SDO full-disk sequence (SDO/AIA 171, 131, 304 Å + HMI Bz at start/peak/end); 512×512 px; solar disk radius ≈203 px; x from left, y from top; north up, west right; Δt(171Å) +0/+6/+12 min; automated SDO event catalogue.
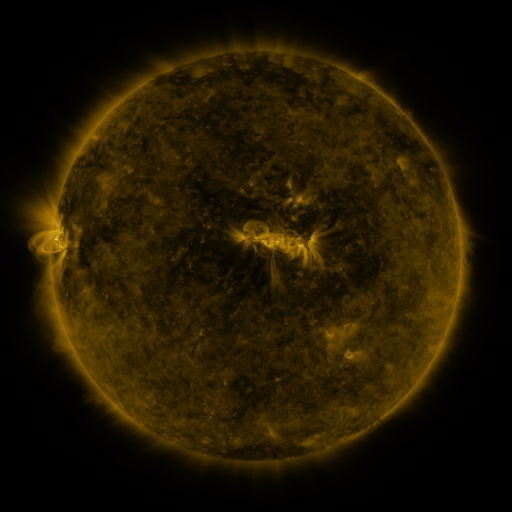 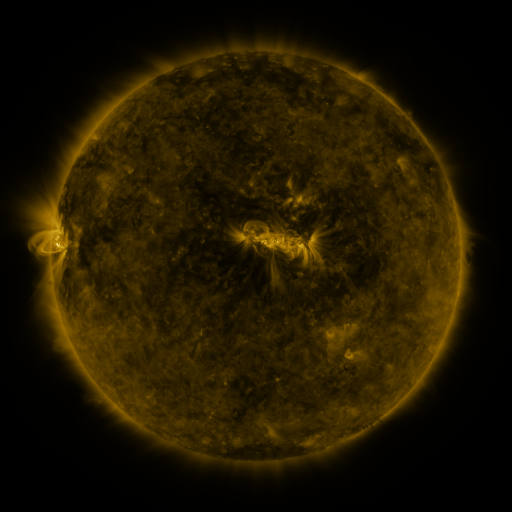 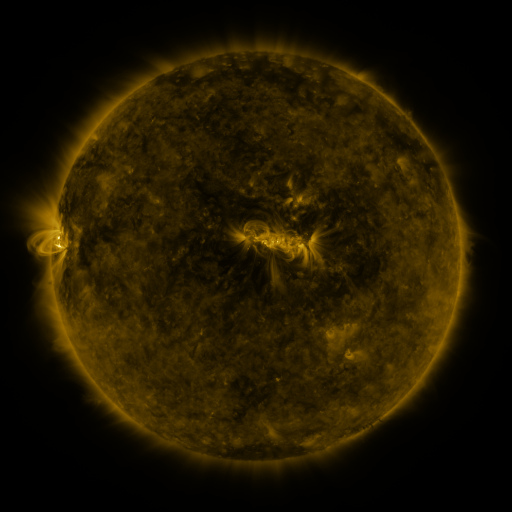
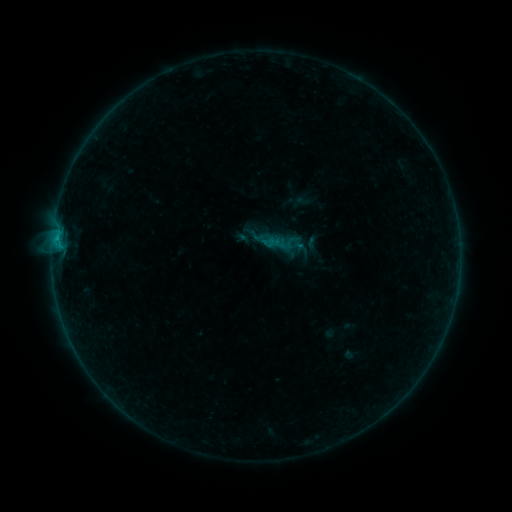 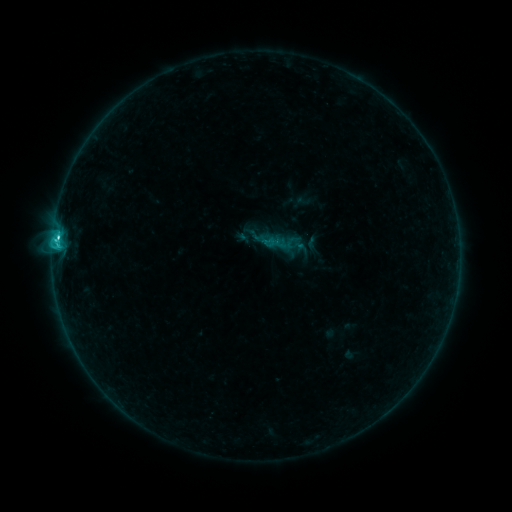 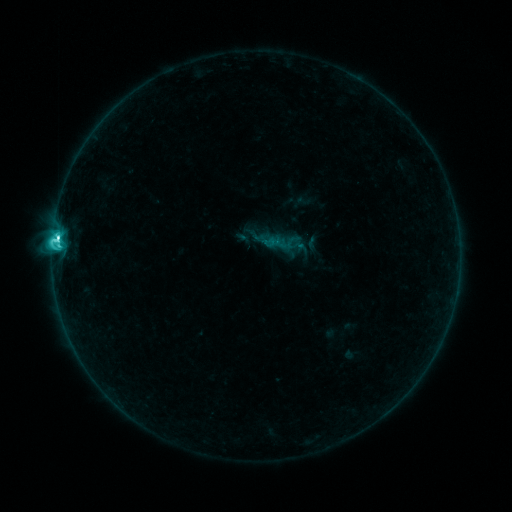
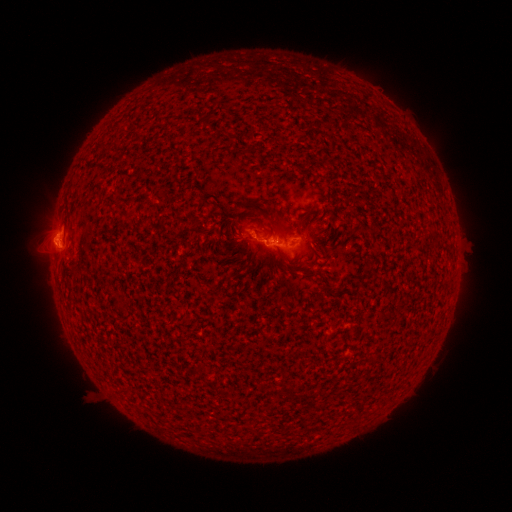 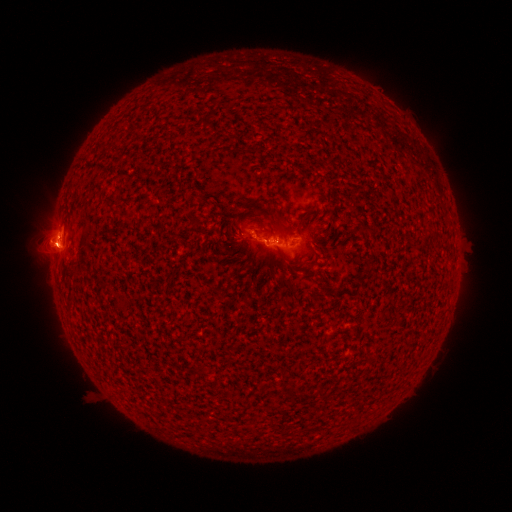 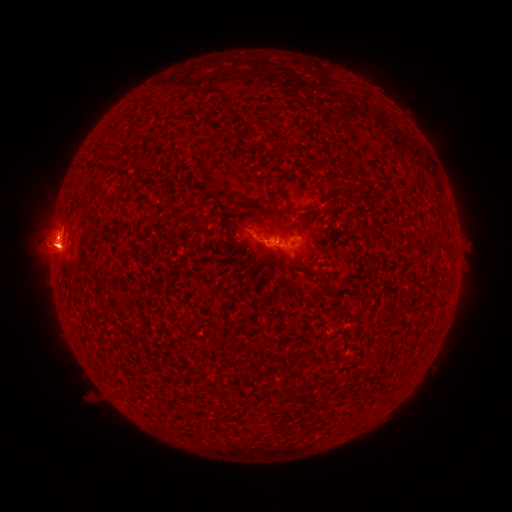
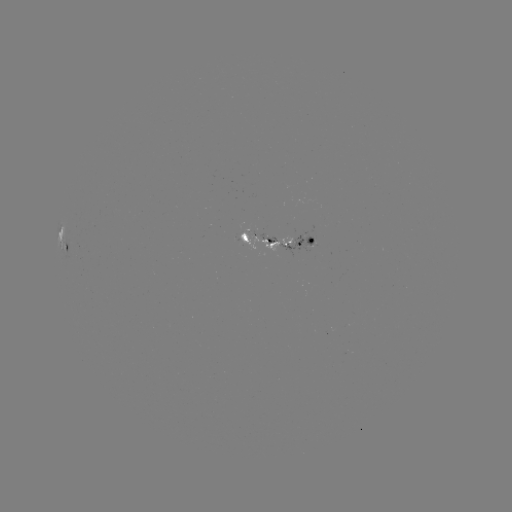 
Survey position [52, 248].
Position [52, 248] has eruption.